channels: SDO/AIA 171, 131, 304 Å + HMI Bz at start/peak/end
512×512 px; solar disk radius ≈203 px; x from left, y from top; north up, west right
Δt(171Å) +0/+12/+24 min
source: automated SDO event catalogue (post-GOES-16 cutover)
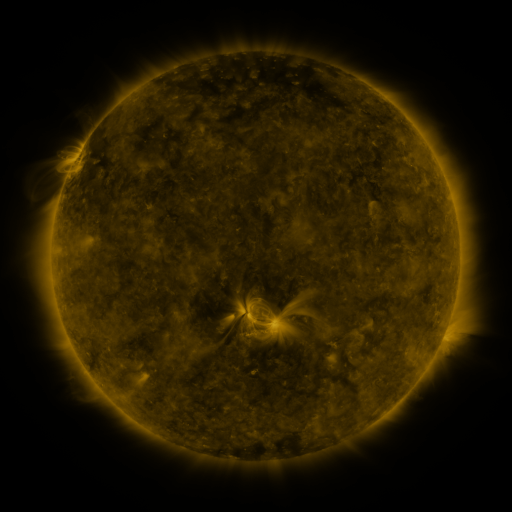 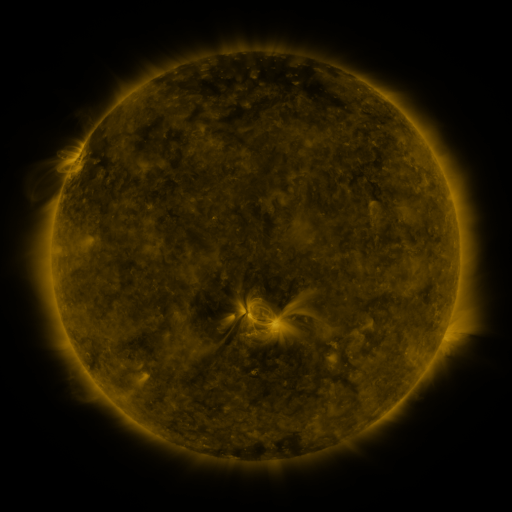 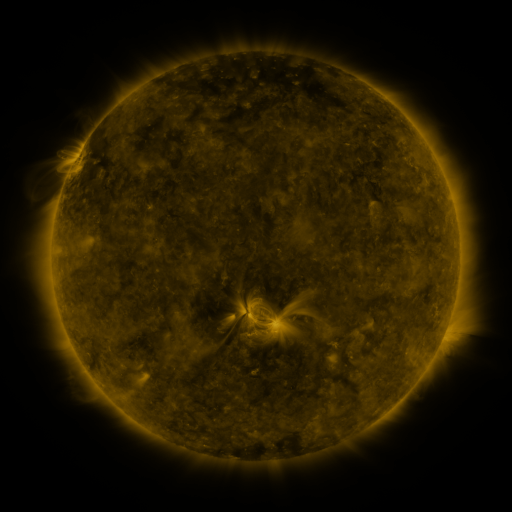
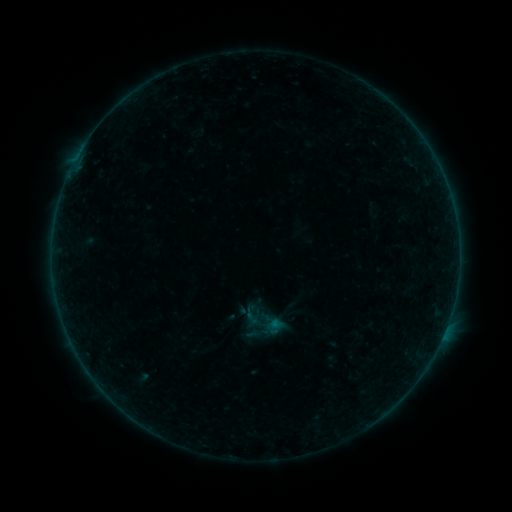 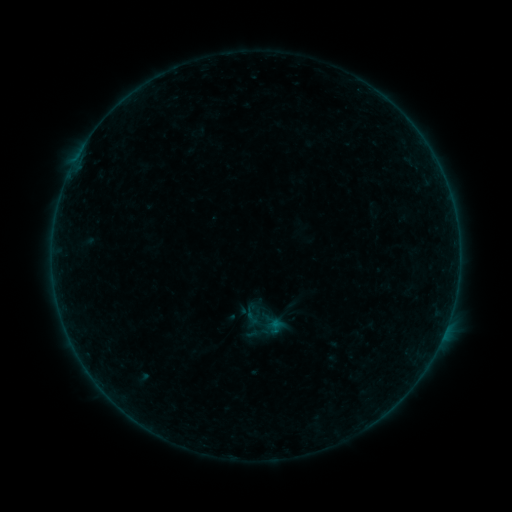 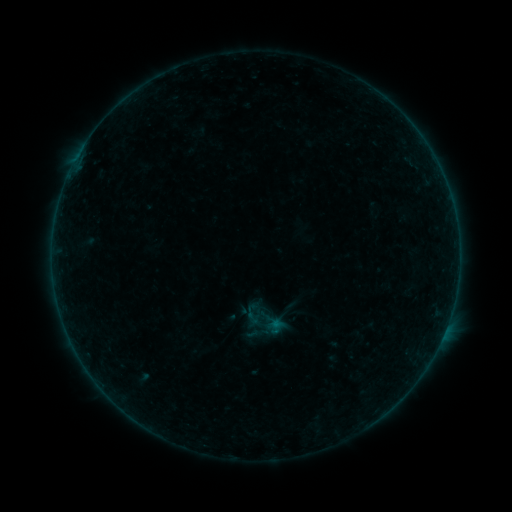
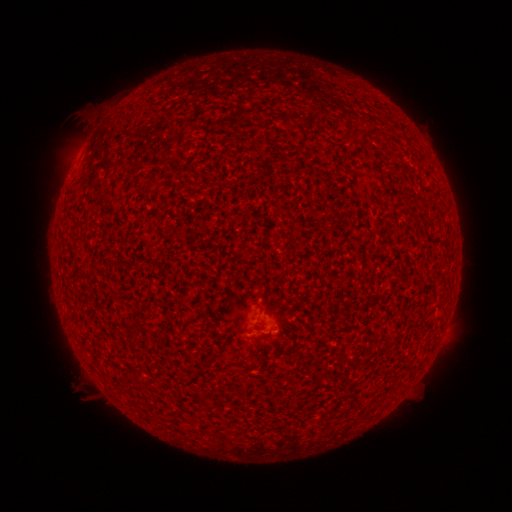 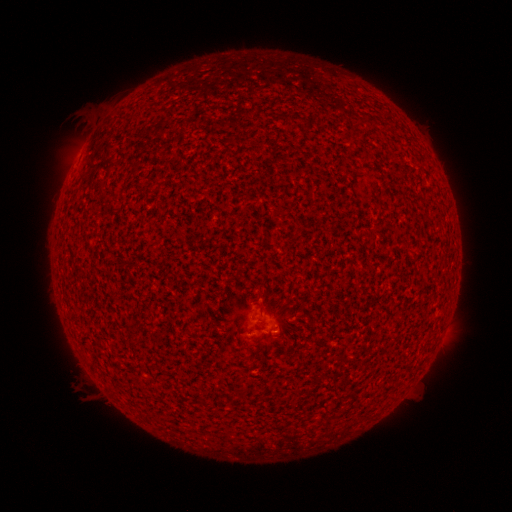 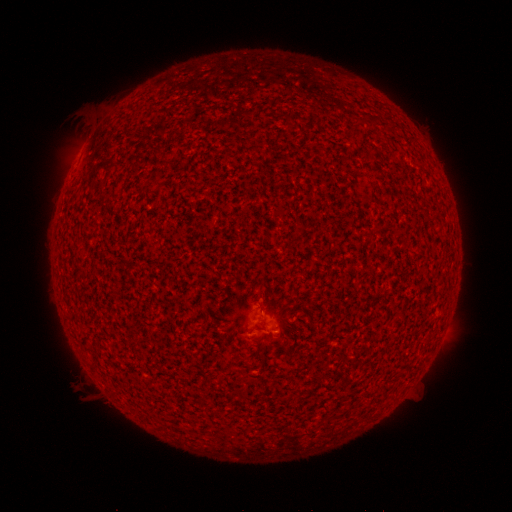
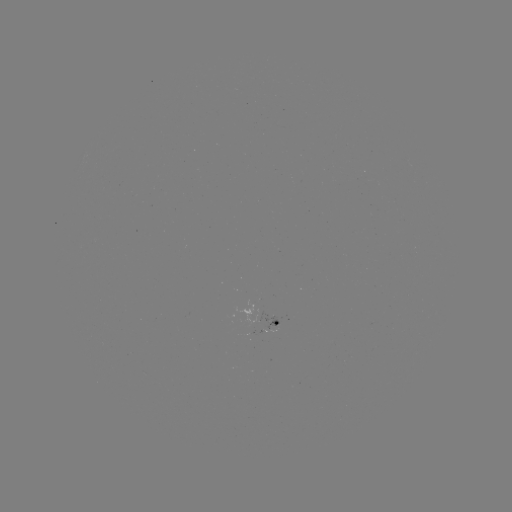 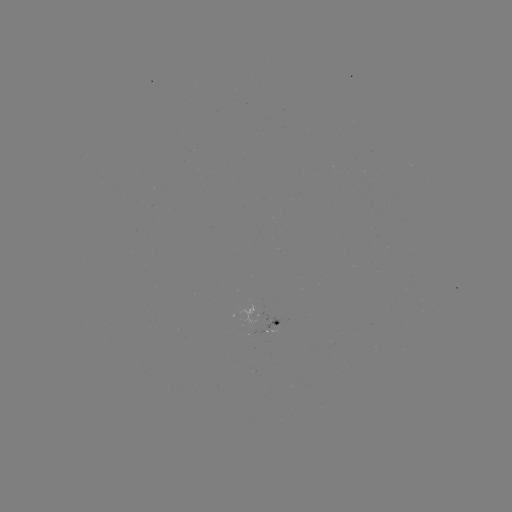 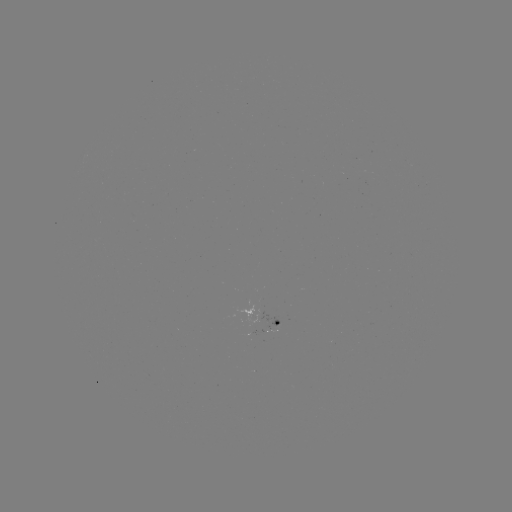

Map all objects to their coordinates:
A6.2 flare: (273, 330)
